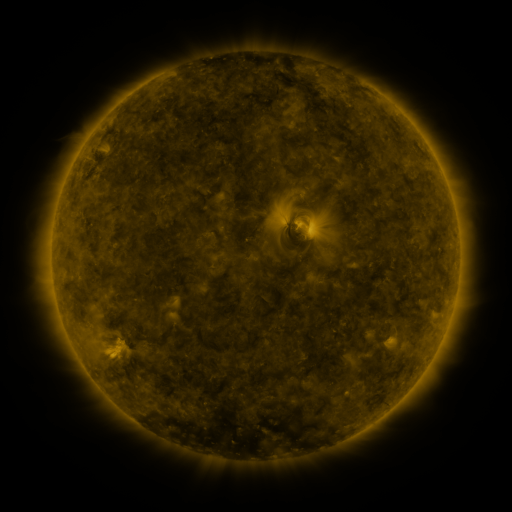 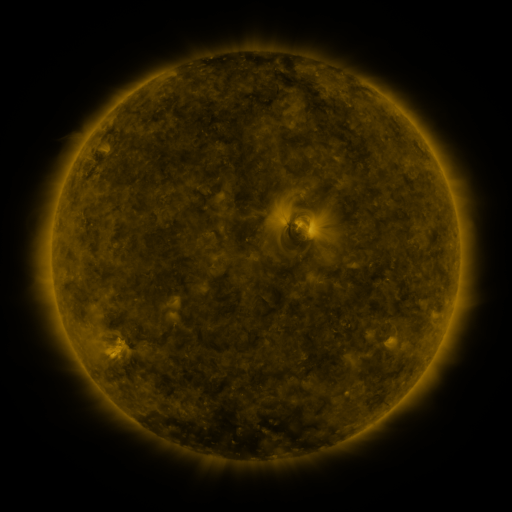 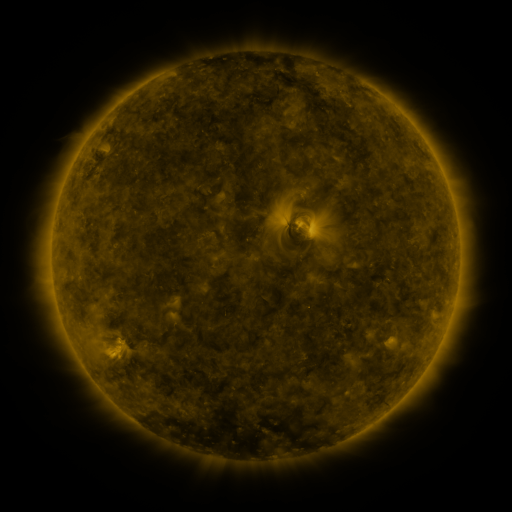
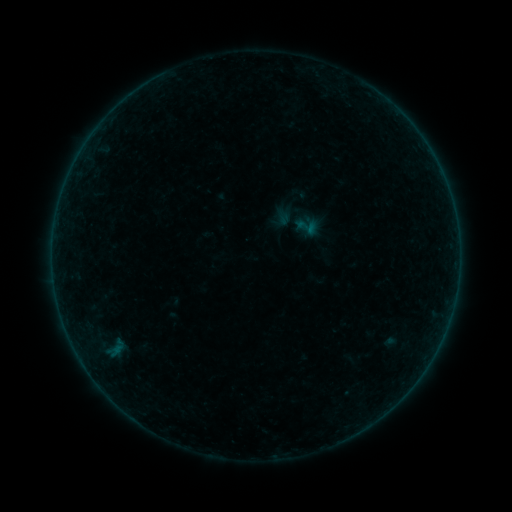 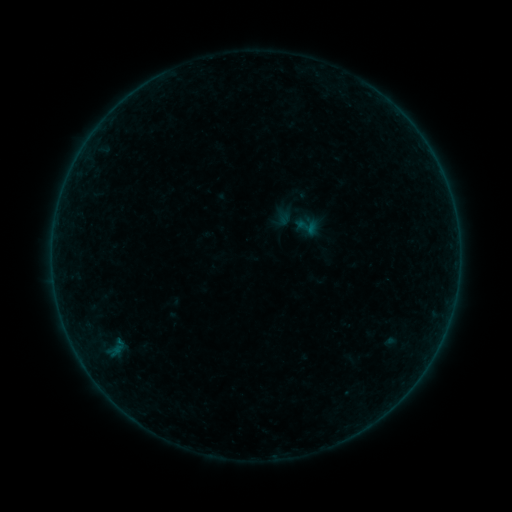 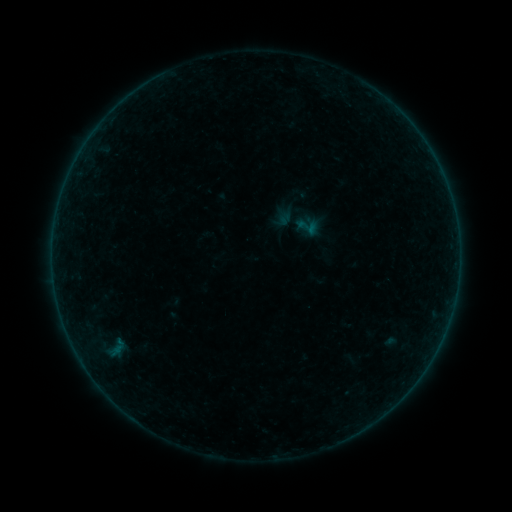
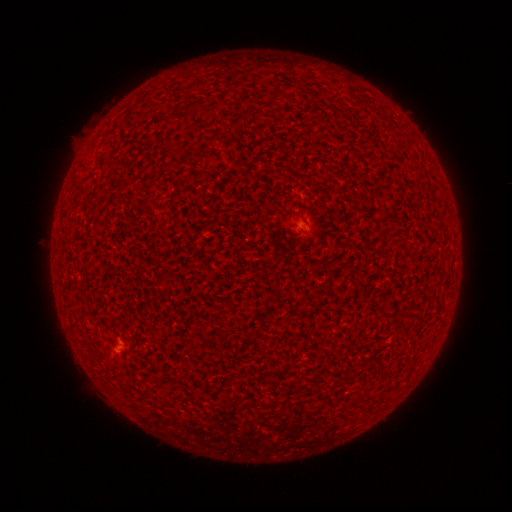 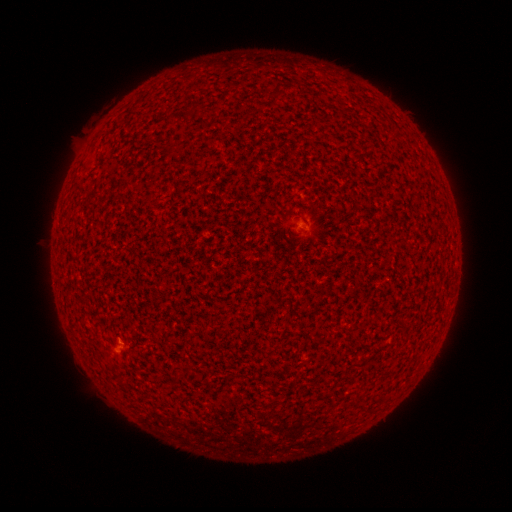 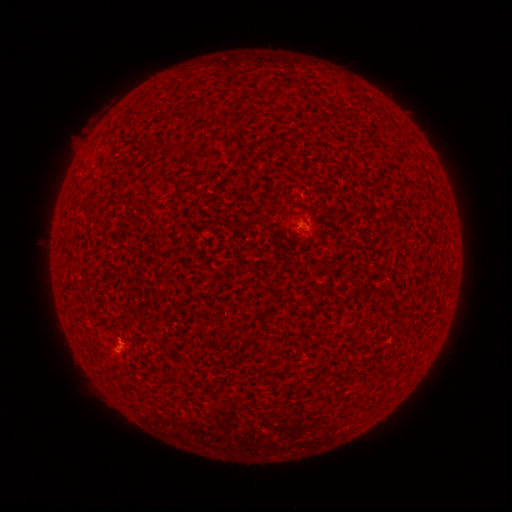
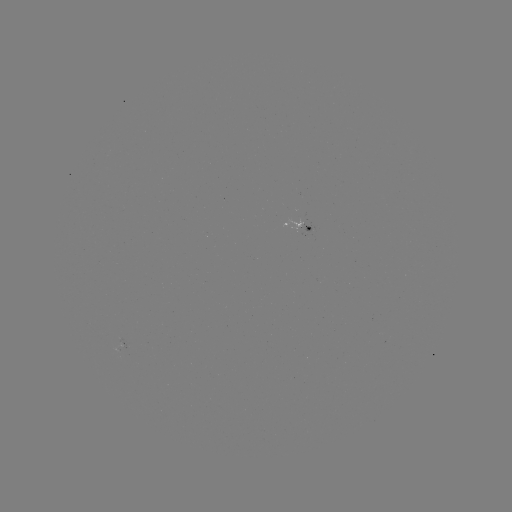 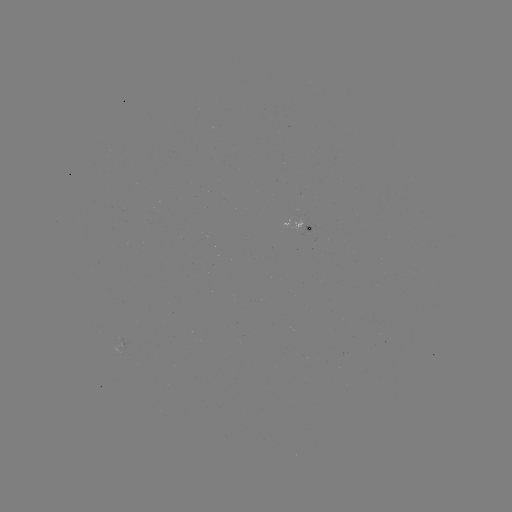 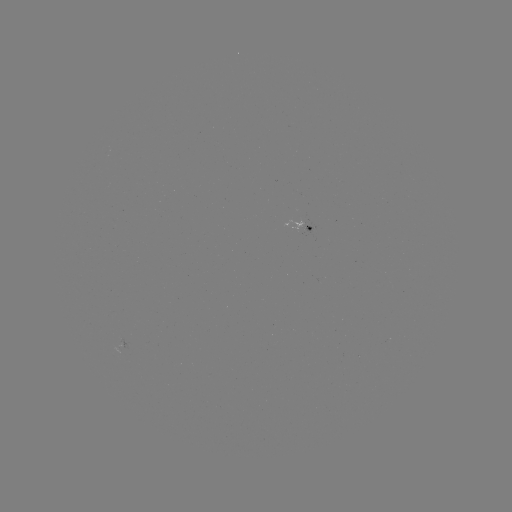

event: flare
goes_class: A9.7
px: (120, 339)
